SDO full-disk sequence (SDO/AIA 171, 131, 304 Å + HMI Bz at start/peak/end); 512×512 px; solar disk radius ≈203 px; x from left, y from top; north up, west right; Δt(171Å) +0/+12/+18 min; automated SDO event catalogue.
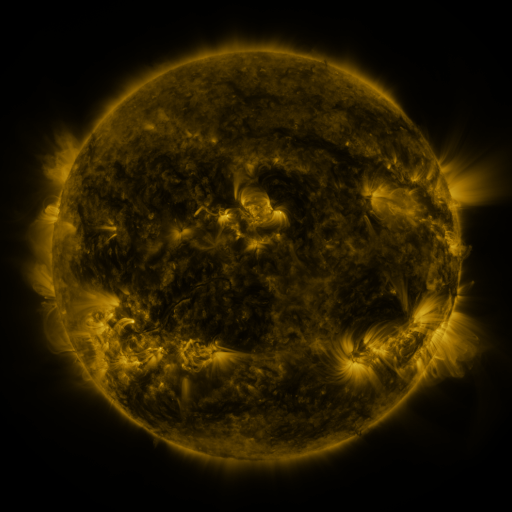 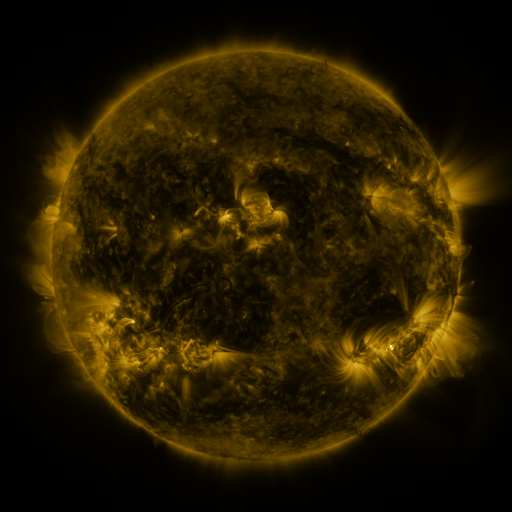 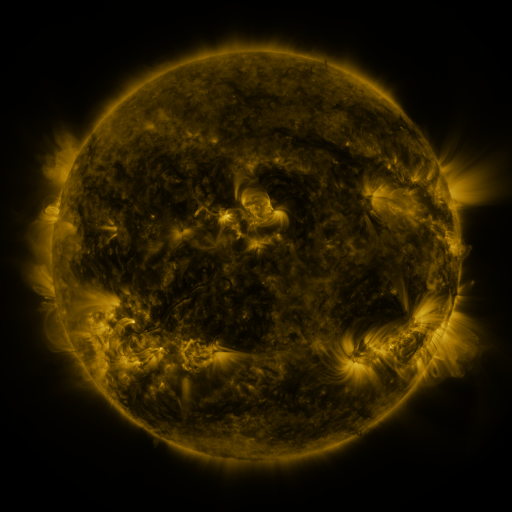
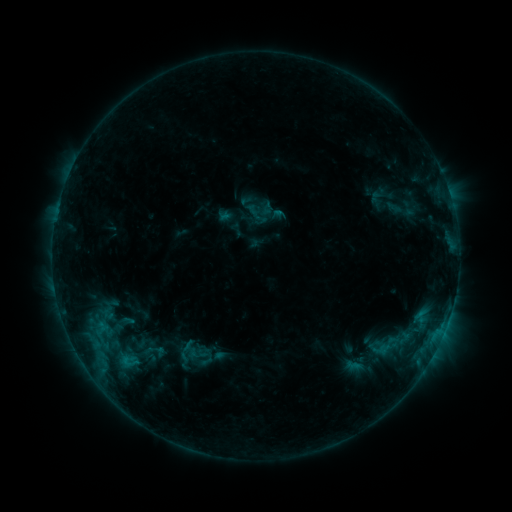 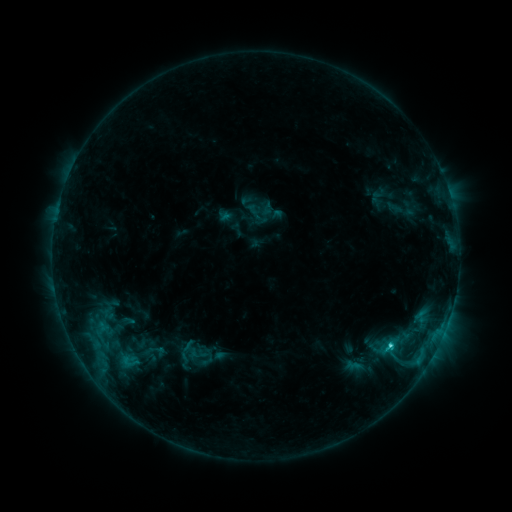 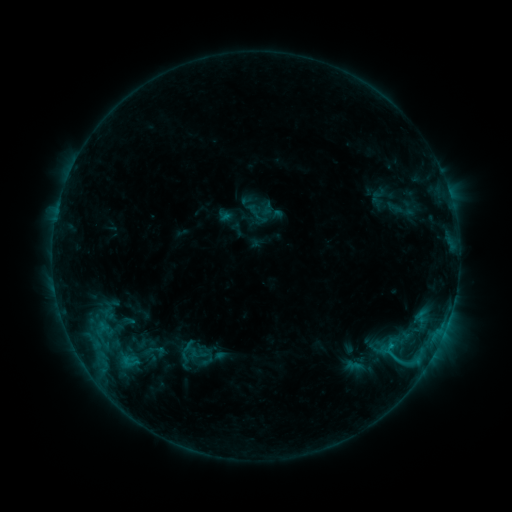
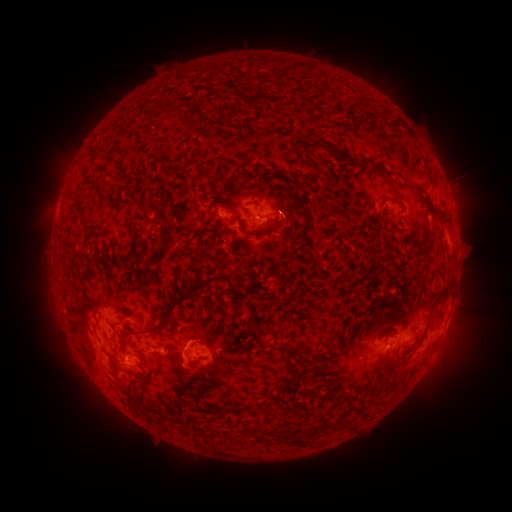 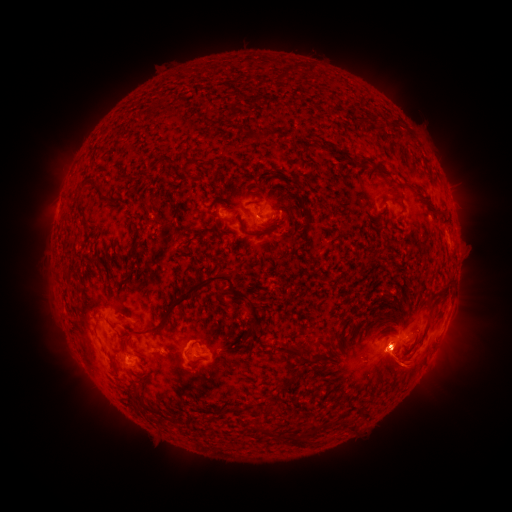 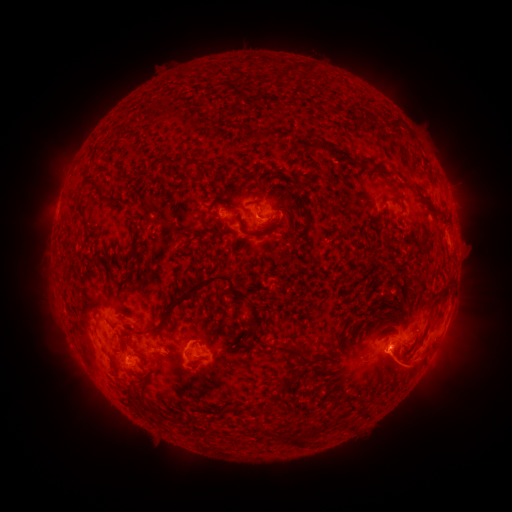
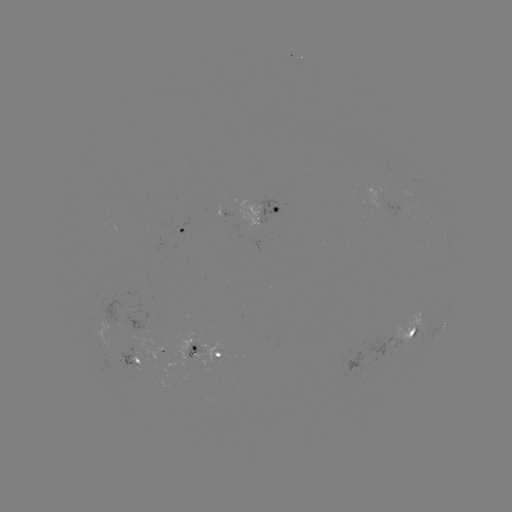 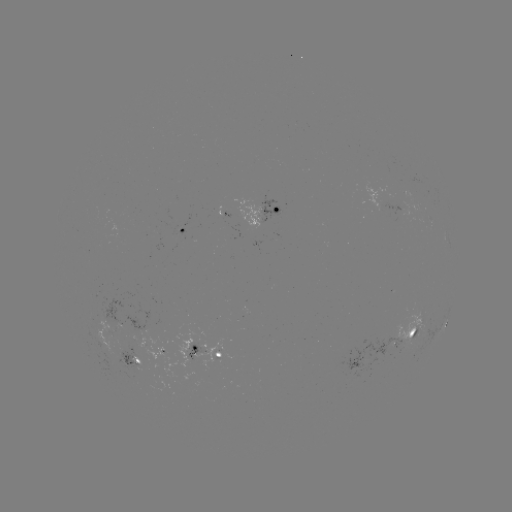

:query C1.8 flare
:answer [390, 342]